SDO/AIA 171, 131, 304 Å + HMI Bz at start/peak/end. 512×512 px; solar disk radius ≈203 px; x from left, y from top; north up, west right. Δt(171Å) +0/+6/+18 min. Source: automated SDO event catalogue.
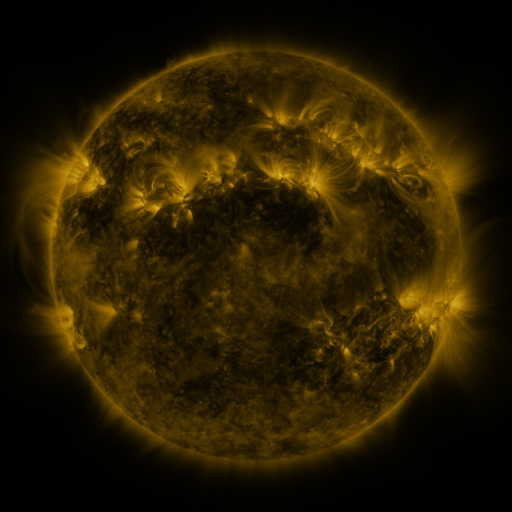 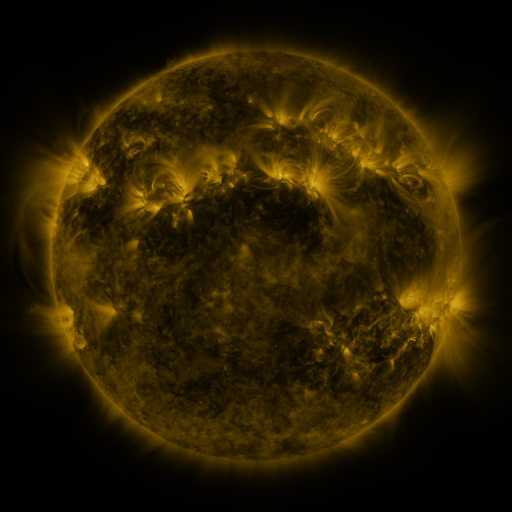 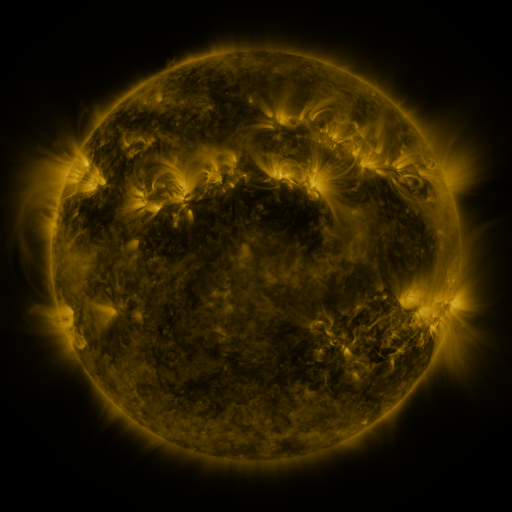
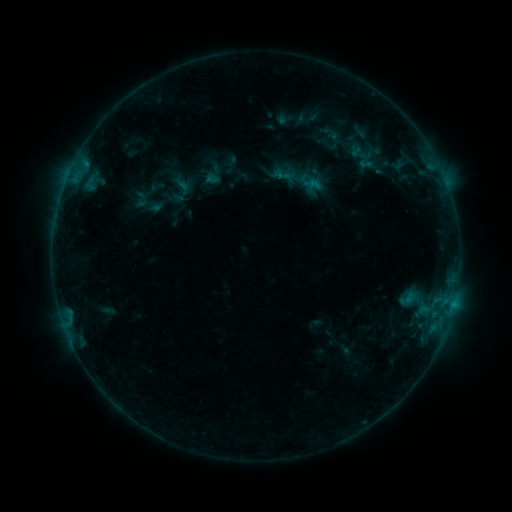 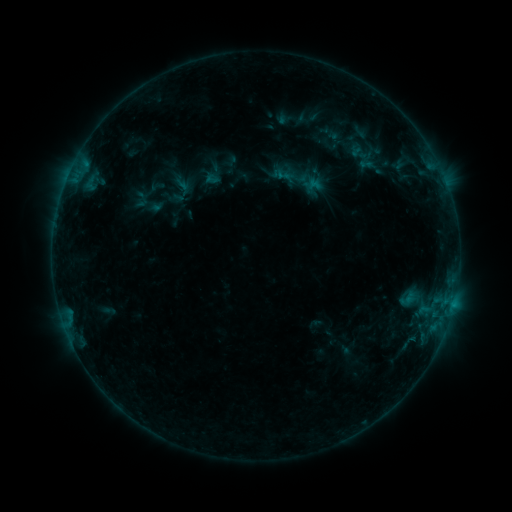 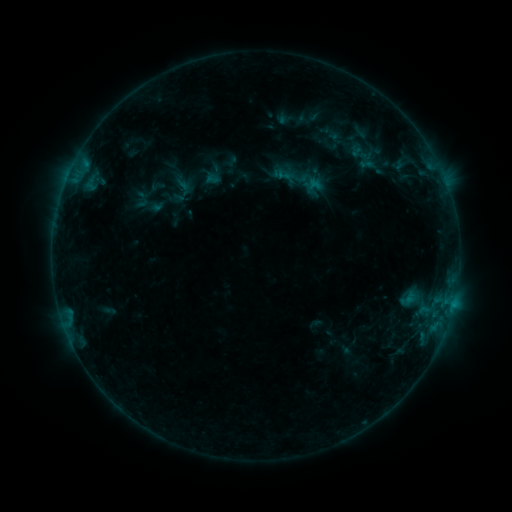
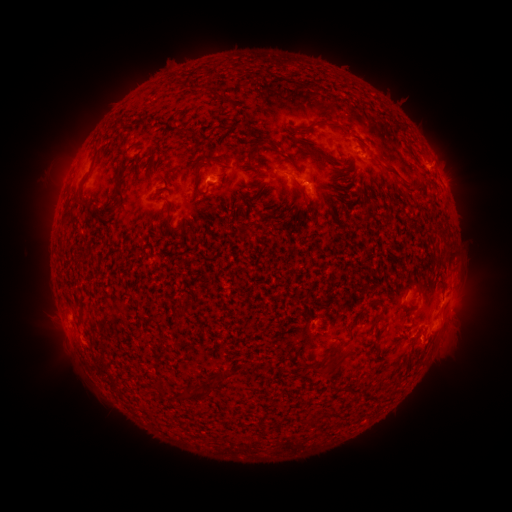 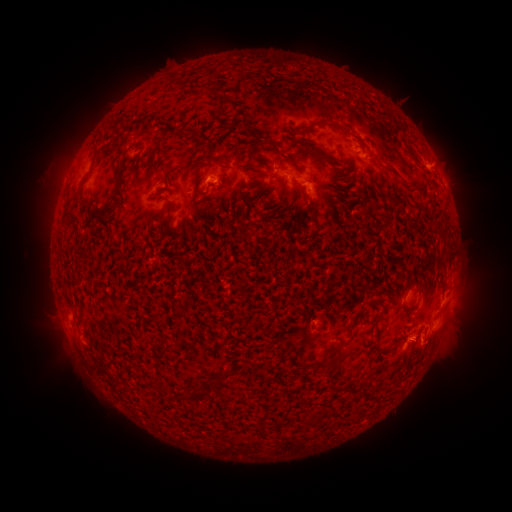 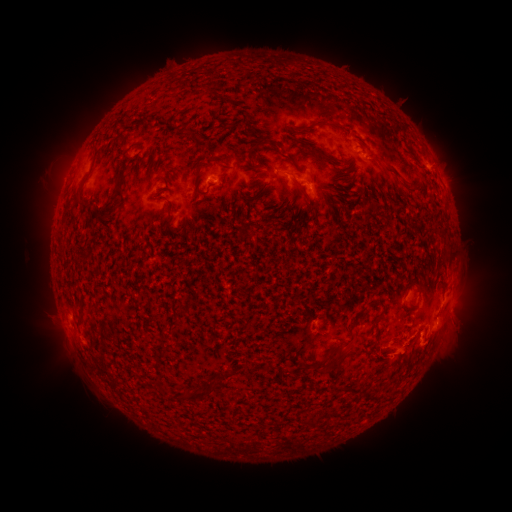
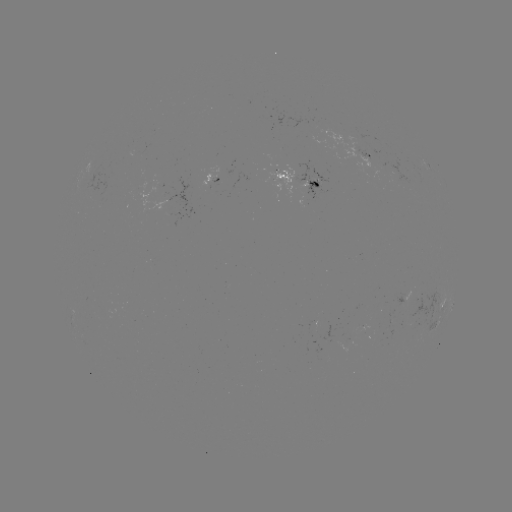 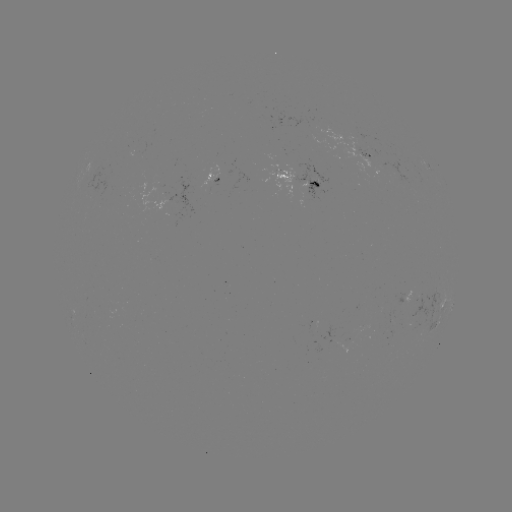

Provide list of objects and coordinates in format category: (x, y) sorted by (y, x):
eruption: (452, 352)
